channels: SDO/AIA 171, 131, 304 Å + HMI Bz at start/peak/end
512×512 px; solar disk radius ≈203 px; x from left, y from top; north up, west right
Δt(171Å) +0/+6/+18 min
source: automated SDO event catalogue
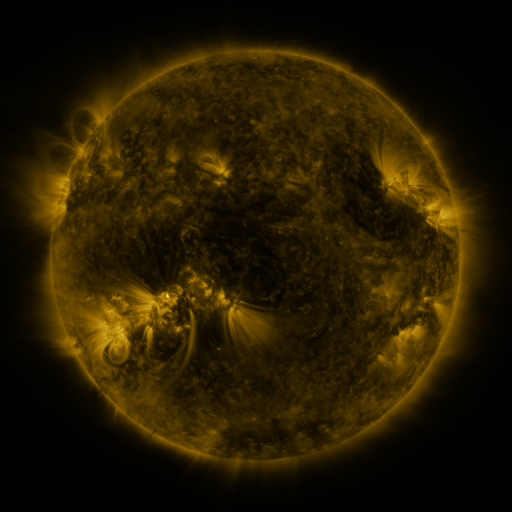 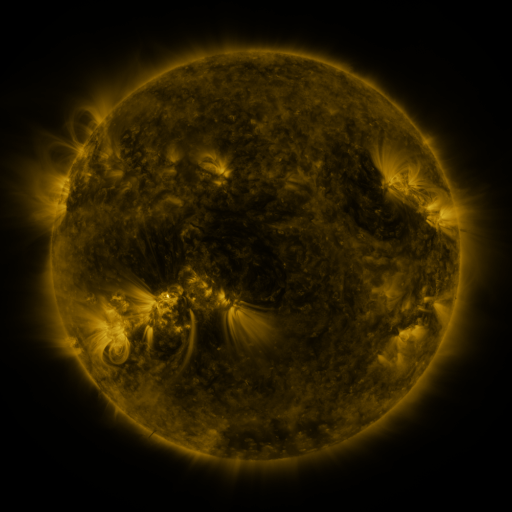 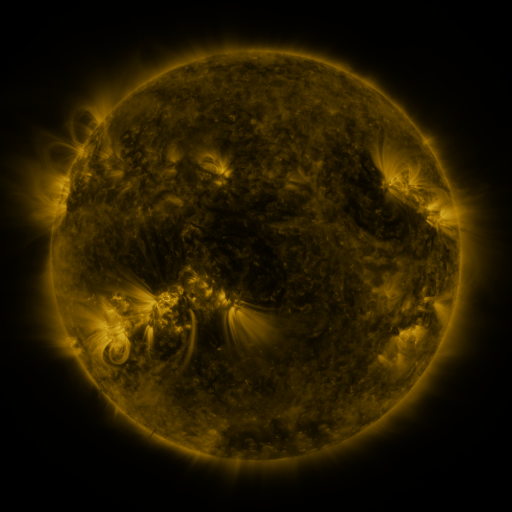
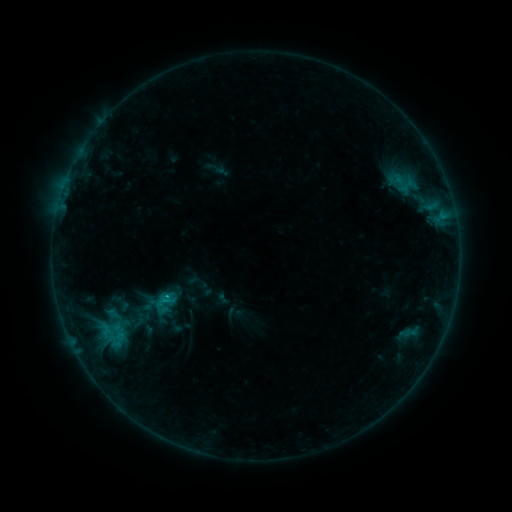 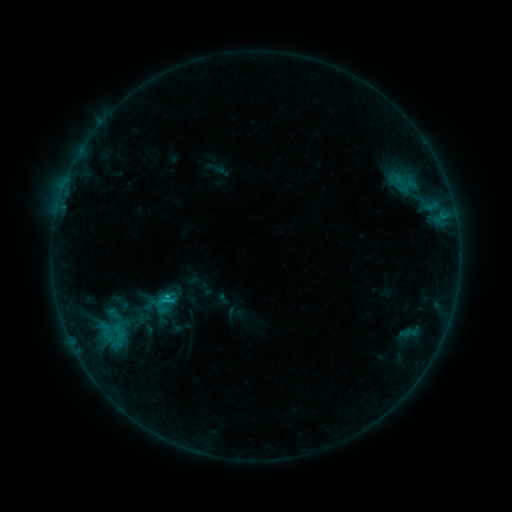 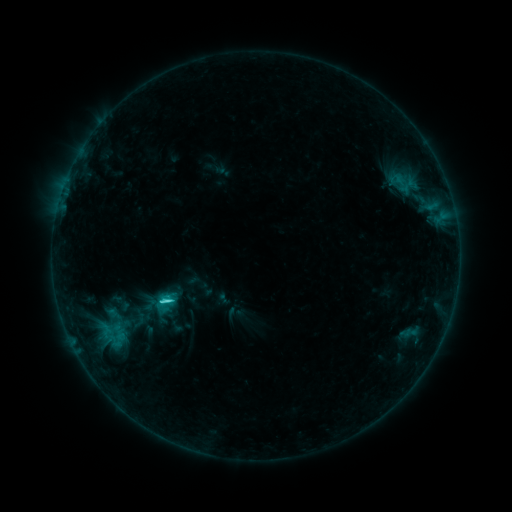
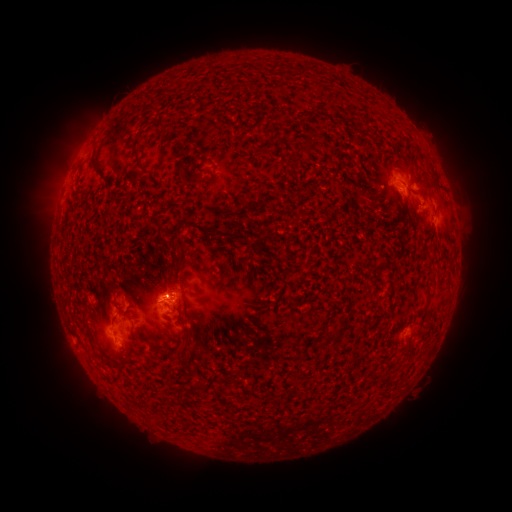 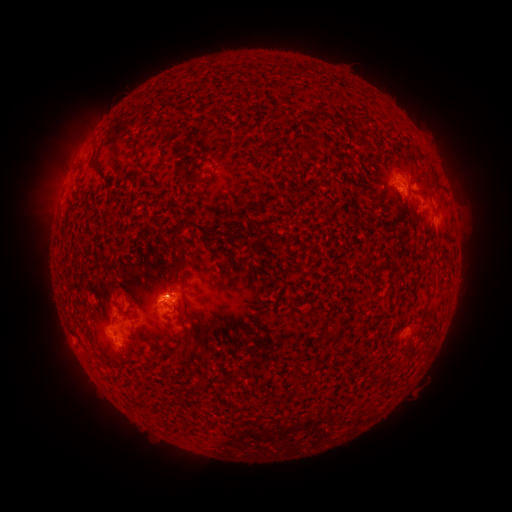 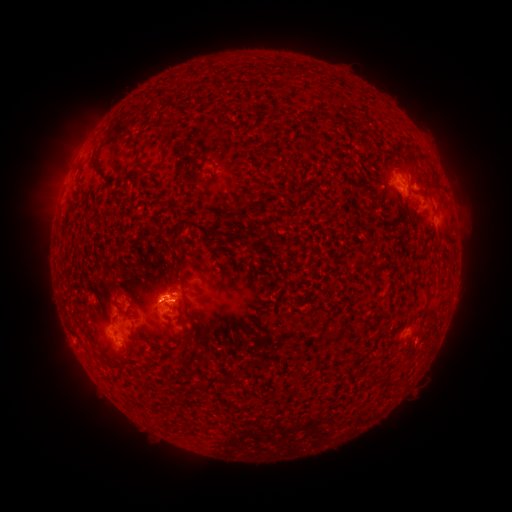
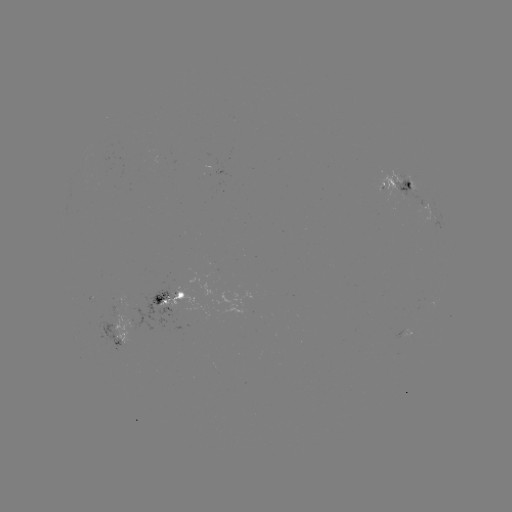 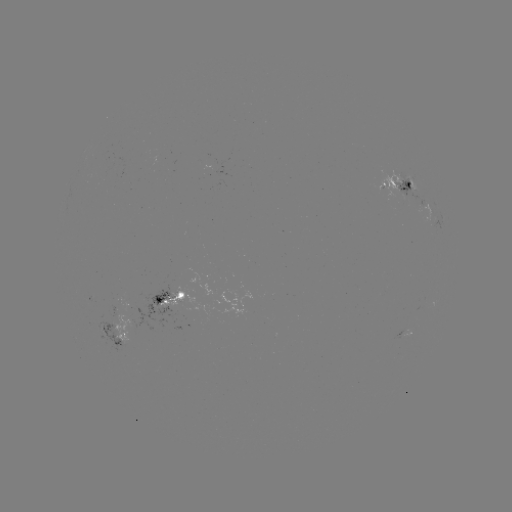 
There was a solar flare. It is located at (169, 293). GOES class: C1.9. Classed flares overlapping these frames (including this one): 1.